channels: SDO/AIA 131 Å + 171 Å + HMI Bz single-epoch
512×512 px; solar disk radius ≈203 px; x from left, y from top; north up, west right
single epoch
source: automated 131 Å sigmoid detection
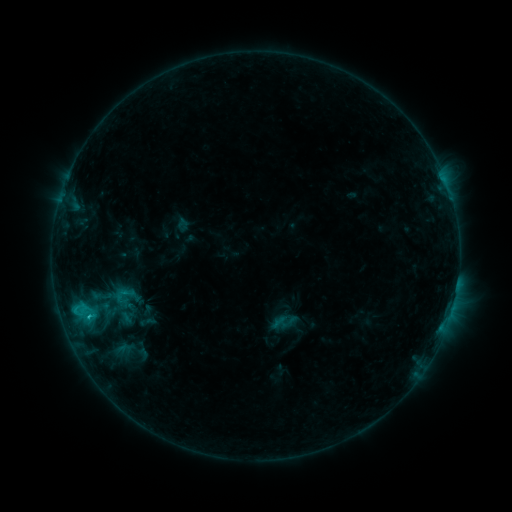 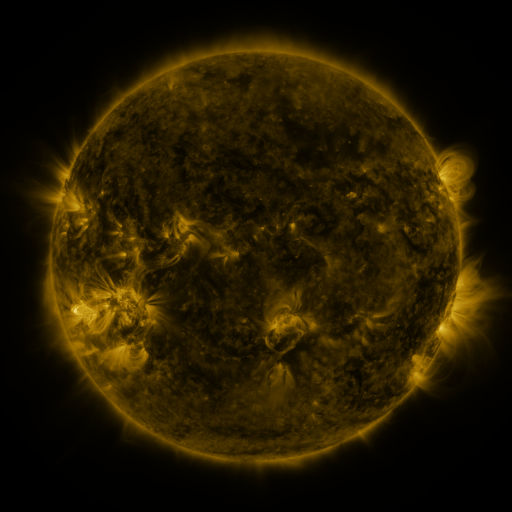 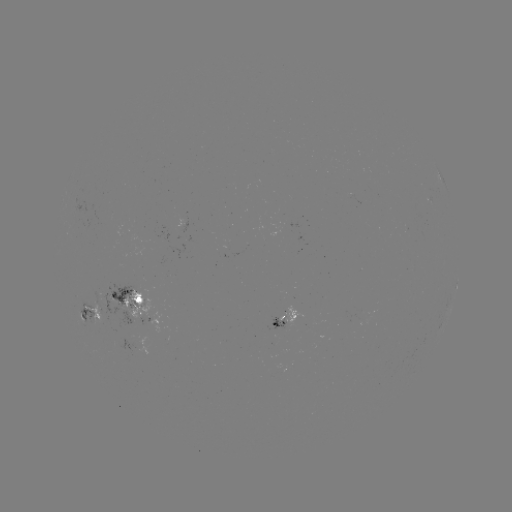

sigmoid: [110, 282, 138, 308]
